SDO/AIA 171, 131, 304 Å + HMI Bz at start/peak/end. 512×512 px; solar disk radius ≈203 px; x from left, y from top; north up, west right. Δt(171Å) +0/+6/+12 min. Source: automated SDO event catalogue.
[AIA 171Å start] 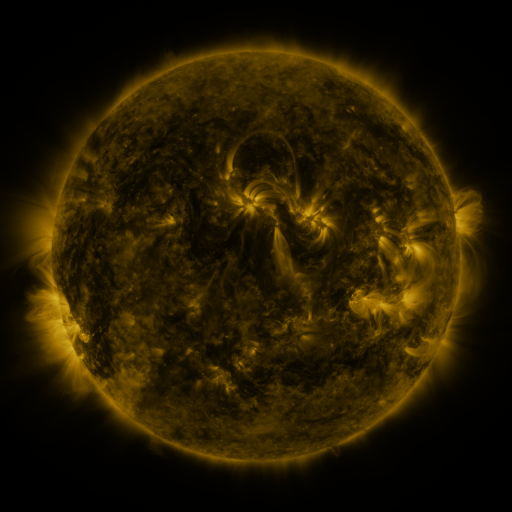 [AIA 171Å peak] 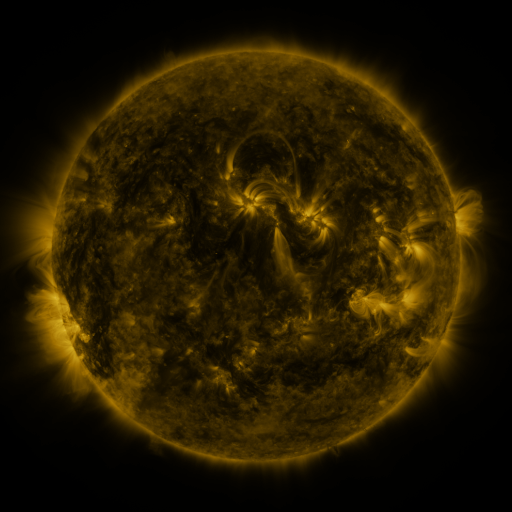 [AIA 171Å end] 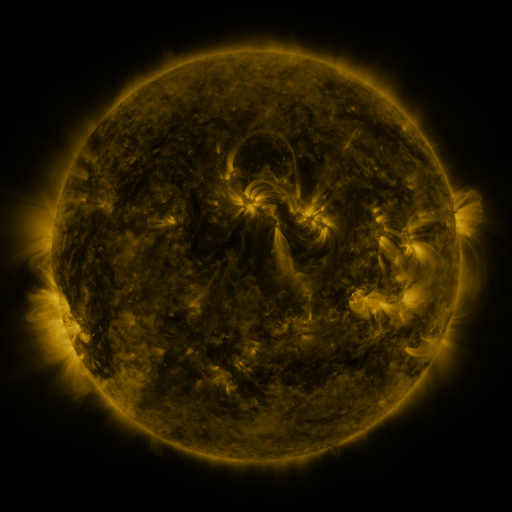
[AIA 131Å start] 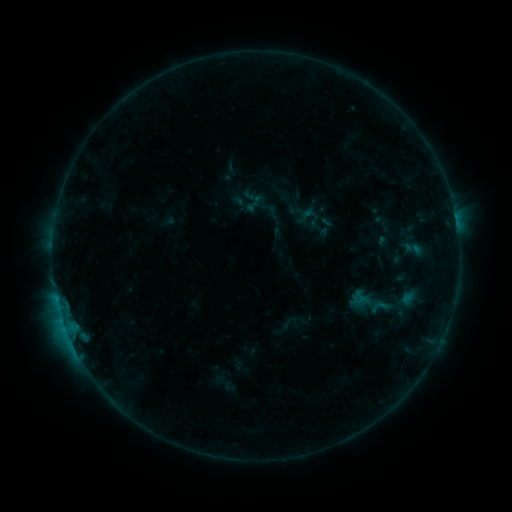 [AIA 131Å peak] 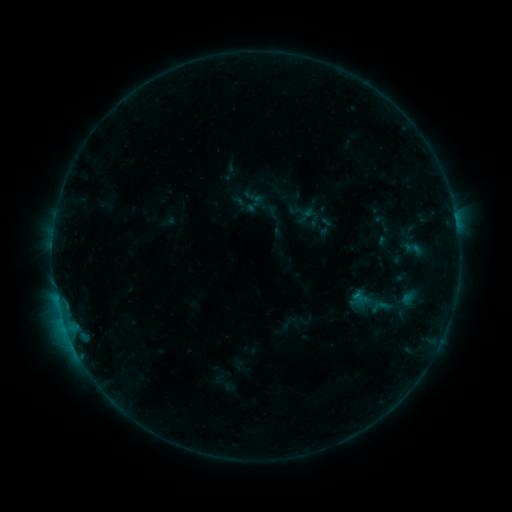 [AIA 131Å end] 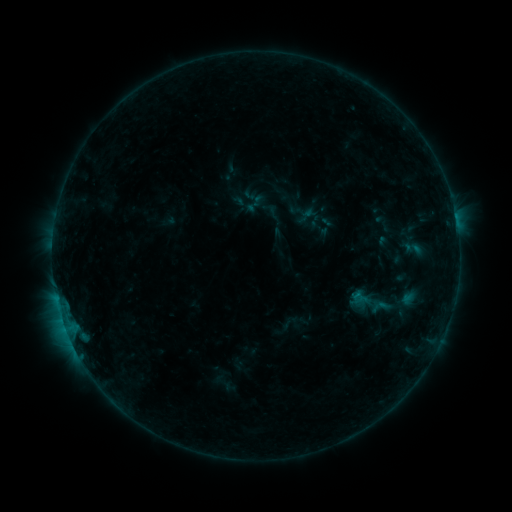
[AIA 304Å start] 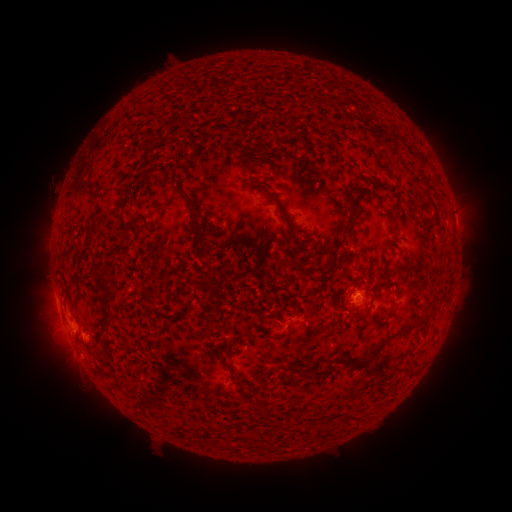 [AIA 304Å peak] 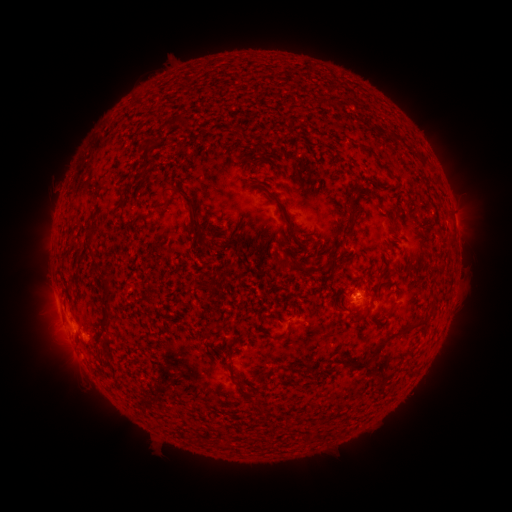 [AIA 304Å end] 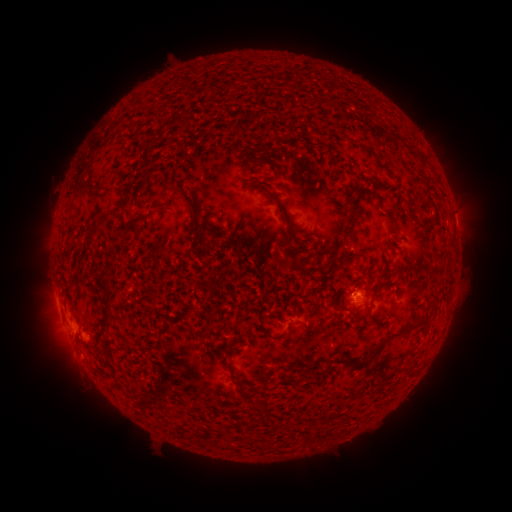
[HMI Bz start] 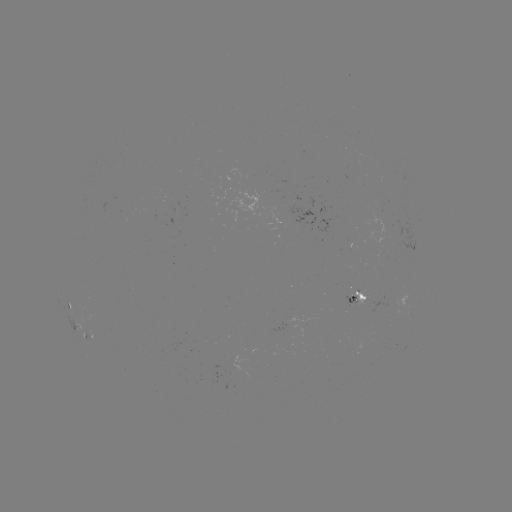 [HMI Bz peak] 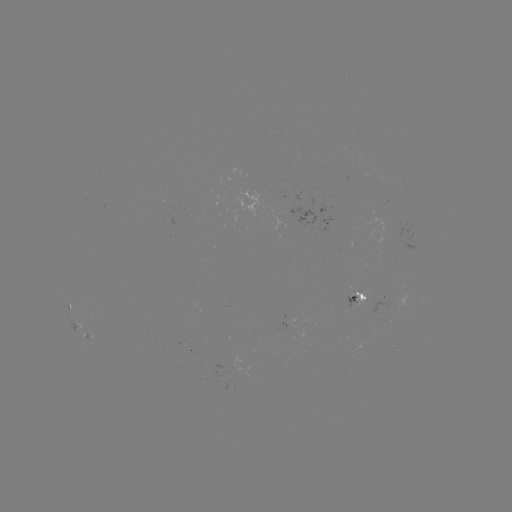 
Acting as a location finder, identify B3.6 flare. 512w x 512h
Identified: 356,294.